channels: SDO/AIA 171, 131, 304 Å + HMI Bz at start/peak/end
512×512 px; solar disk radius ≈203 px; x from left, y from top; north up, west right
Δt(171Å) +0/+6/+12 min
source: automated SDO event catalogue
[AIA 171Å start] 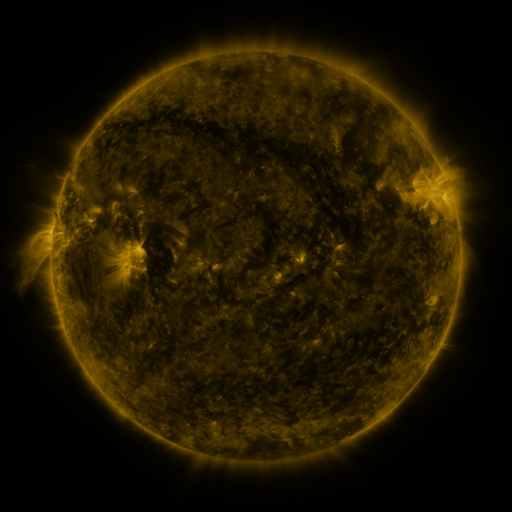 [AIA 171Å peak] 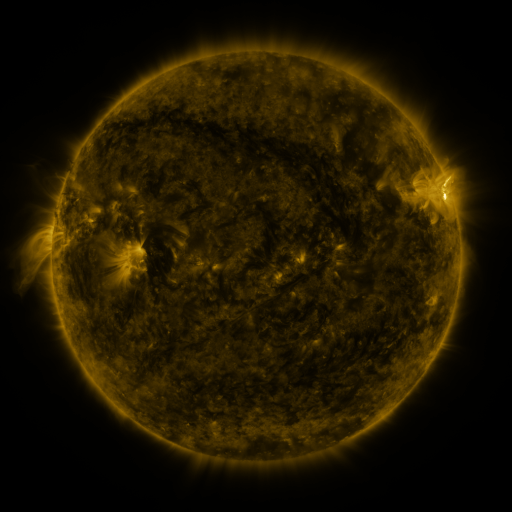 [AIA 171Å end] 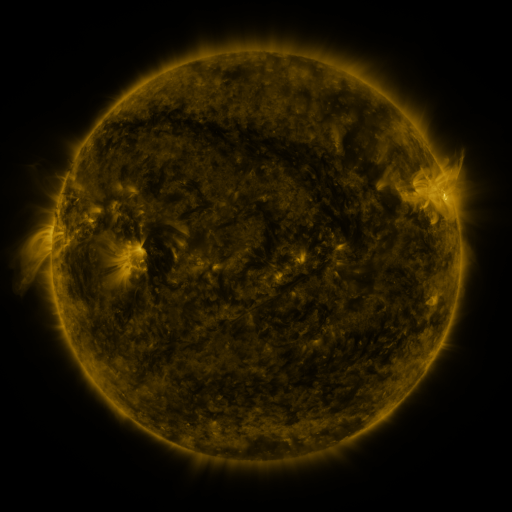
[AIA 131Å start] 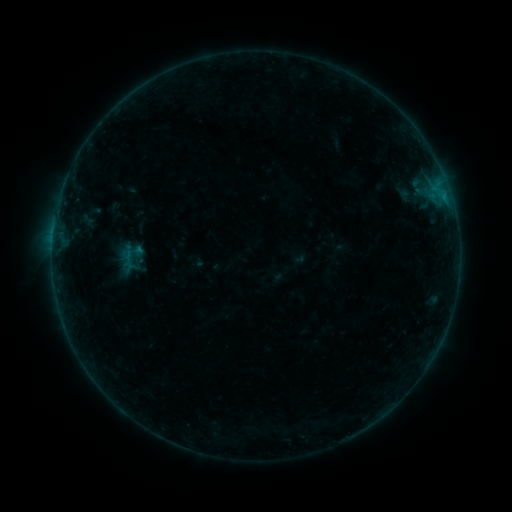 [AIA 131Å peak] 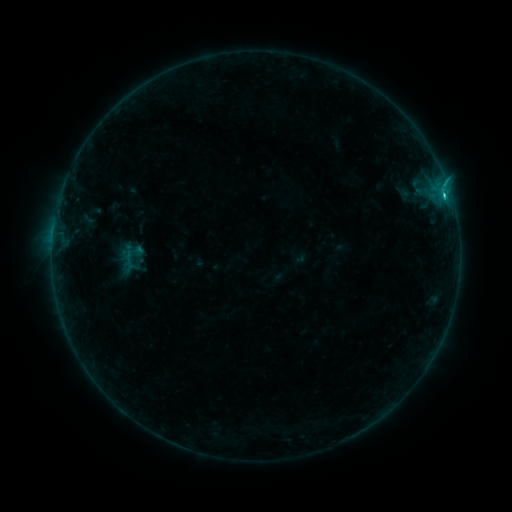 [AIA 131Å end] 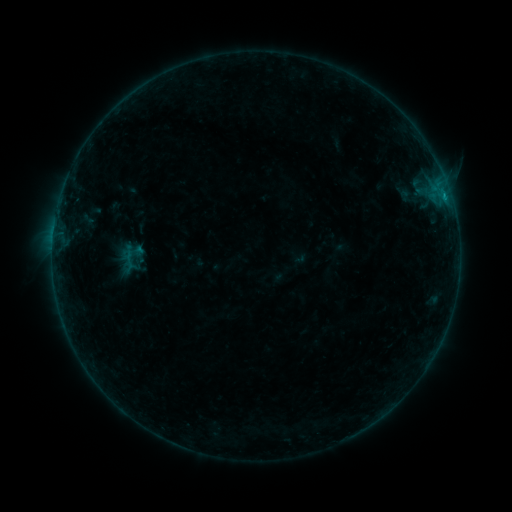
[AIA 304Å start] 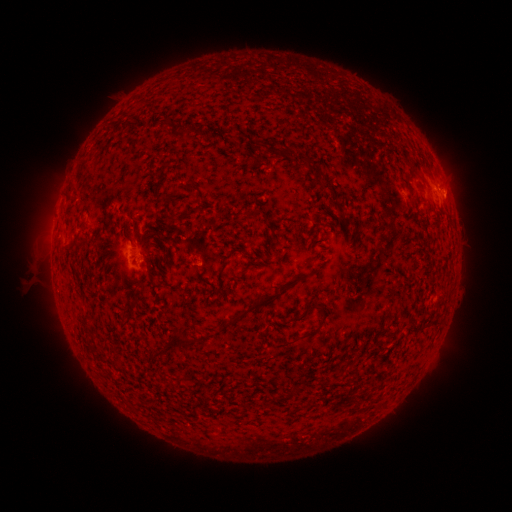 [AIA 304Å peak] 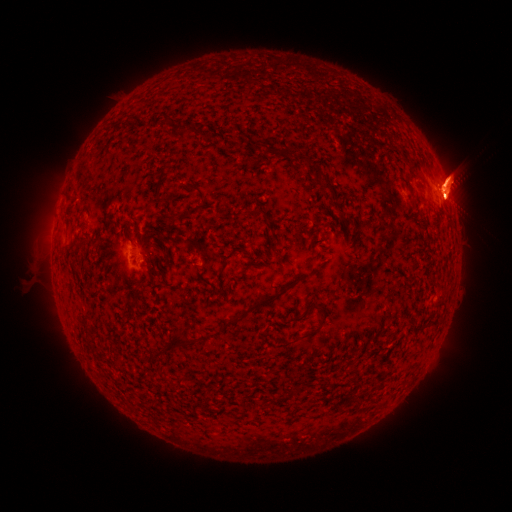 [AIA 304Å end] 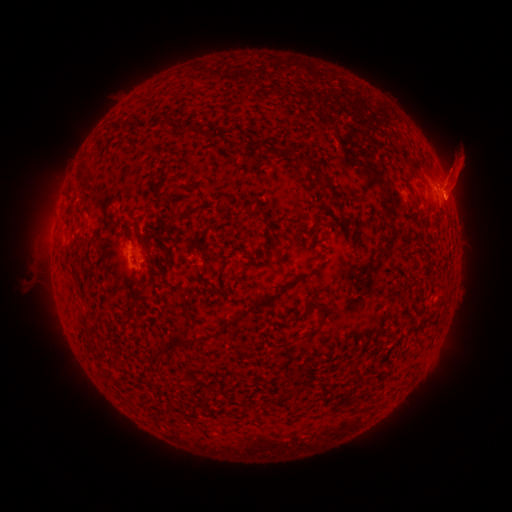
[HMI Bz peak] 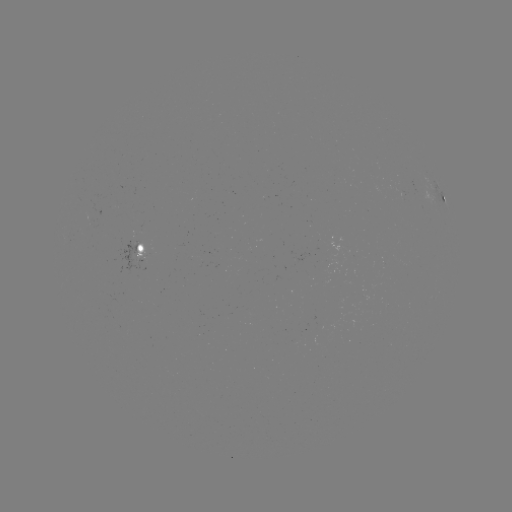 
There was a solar flare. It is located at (443, 196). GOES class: B4.8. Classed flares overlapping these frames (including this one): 1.